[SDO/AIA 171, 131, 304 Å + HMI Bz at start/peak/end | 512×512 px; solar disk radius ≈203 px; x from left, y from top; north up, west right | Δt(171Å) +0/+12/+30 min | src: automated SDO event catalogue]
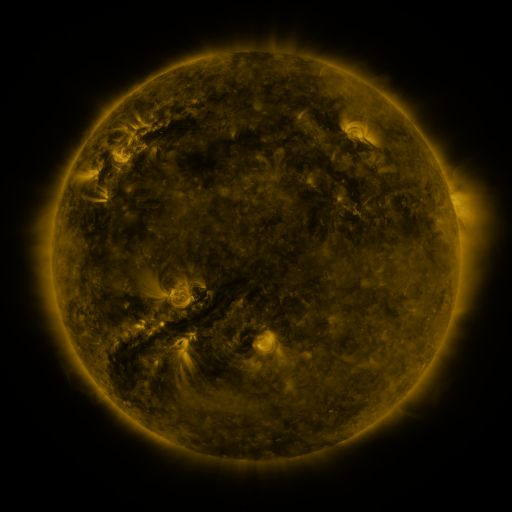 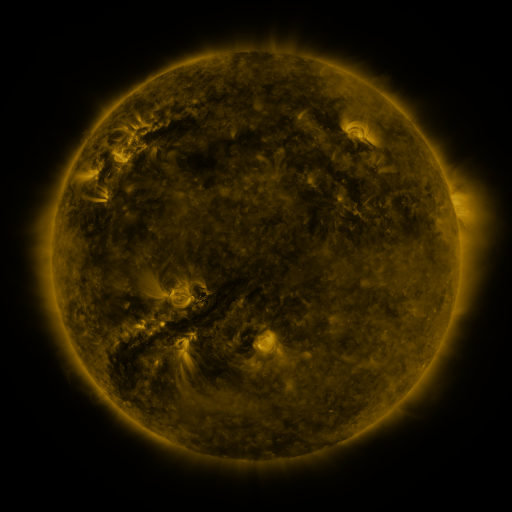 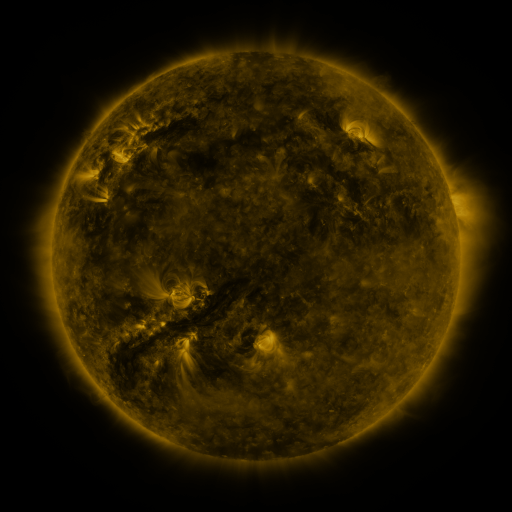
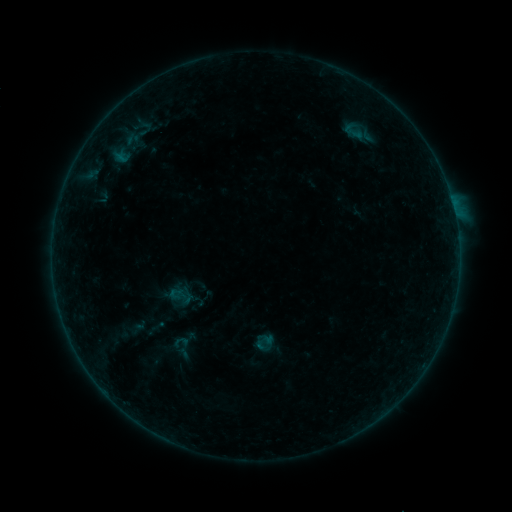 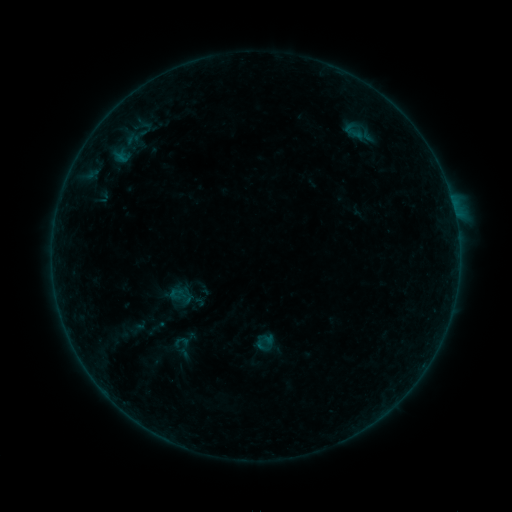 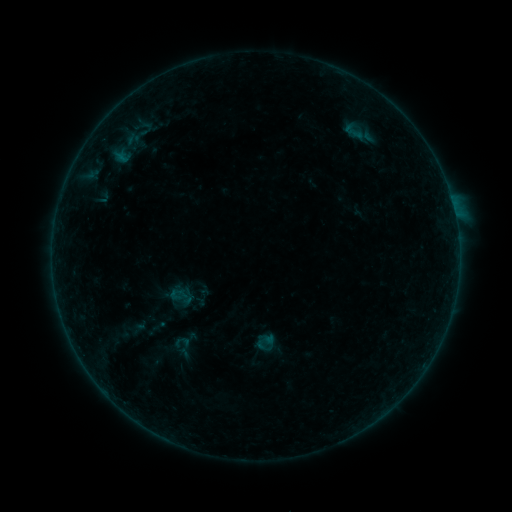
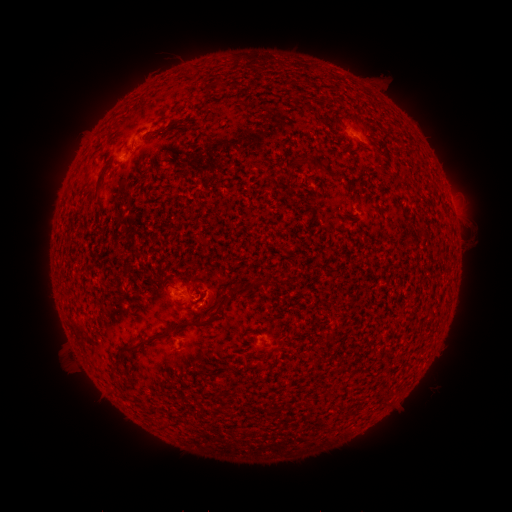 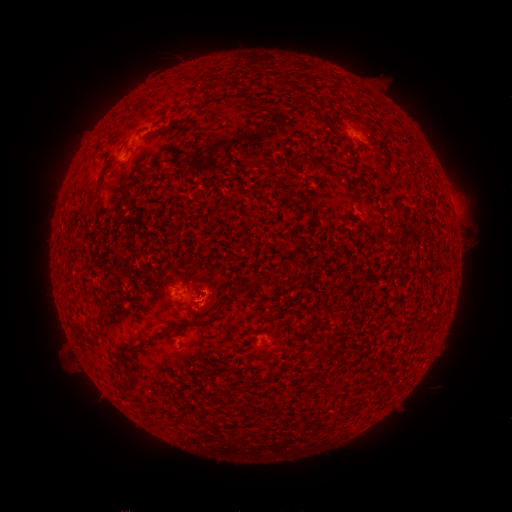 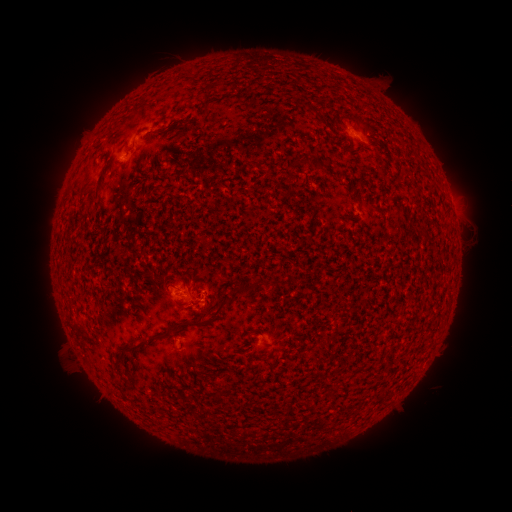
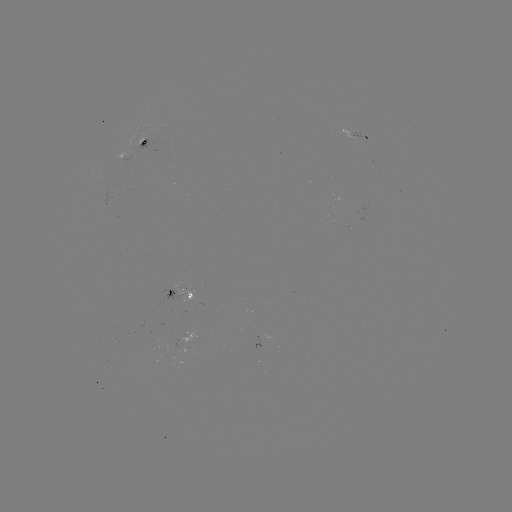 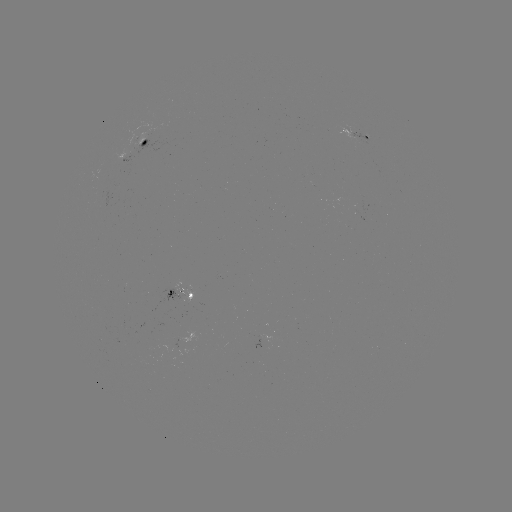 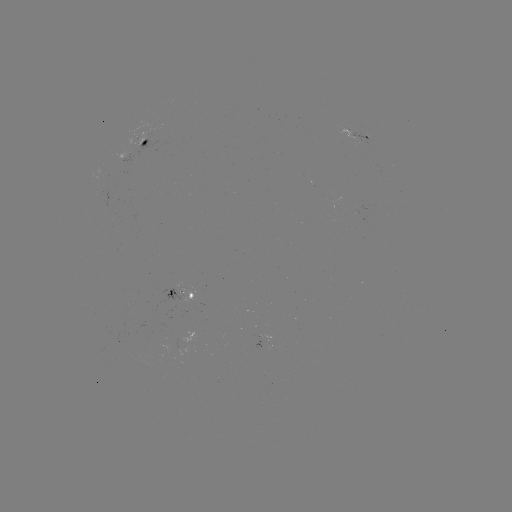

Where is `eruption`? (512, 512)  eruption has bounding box [189, 287, 227, 324].